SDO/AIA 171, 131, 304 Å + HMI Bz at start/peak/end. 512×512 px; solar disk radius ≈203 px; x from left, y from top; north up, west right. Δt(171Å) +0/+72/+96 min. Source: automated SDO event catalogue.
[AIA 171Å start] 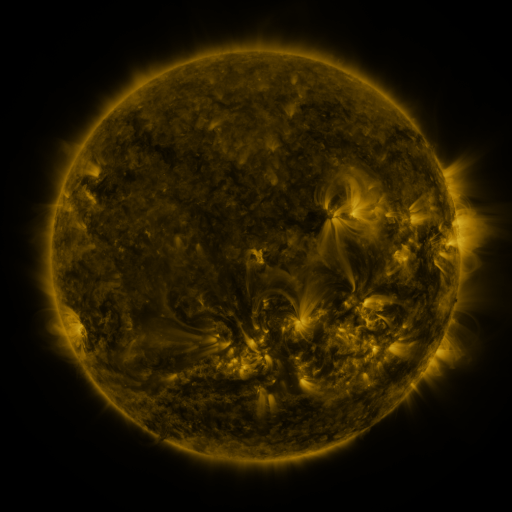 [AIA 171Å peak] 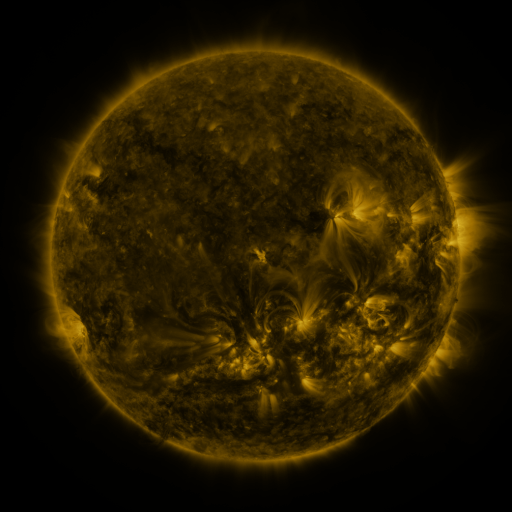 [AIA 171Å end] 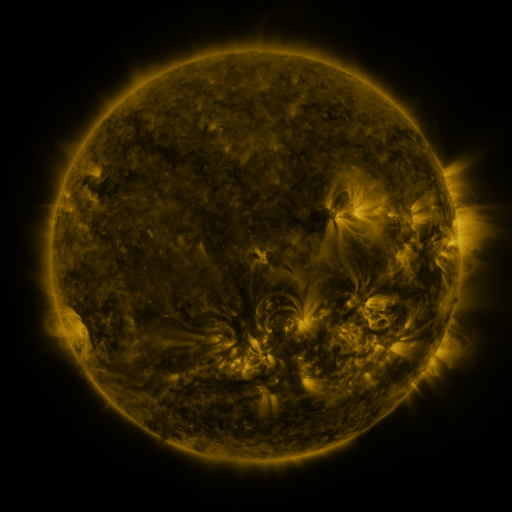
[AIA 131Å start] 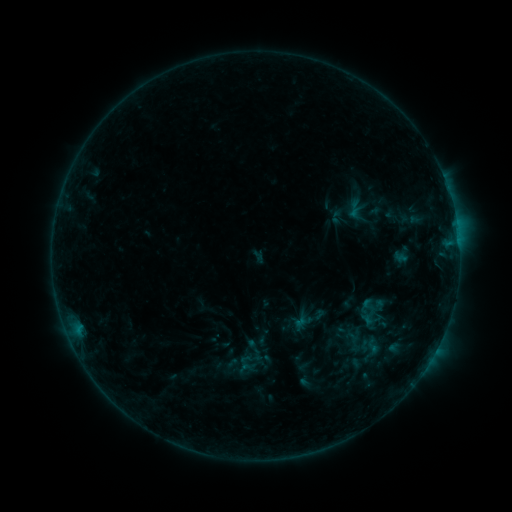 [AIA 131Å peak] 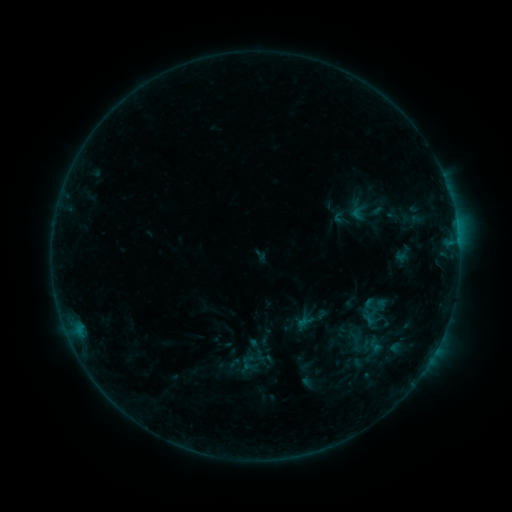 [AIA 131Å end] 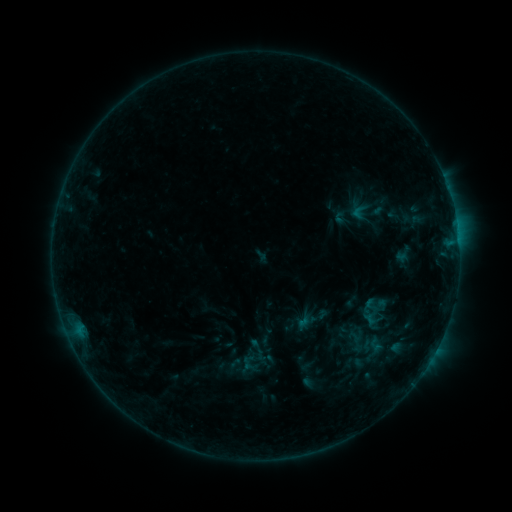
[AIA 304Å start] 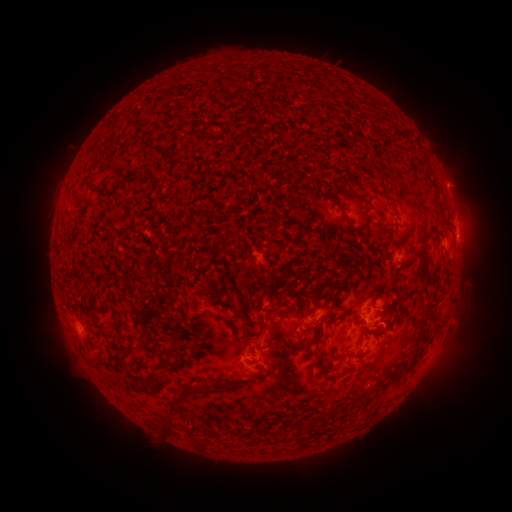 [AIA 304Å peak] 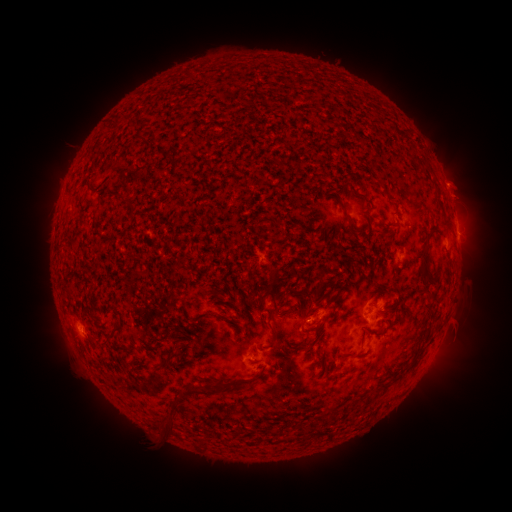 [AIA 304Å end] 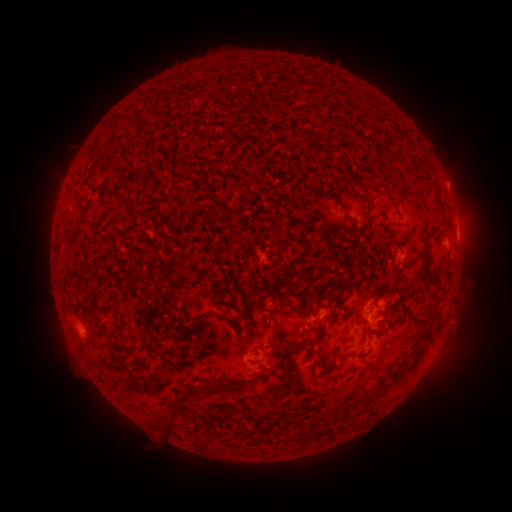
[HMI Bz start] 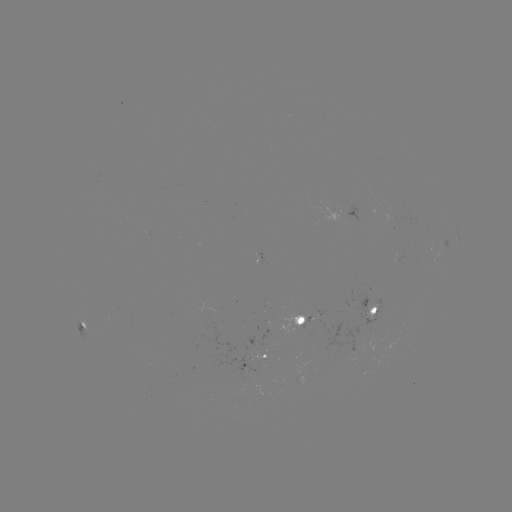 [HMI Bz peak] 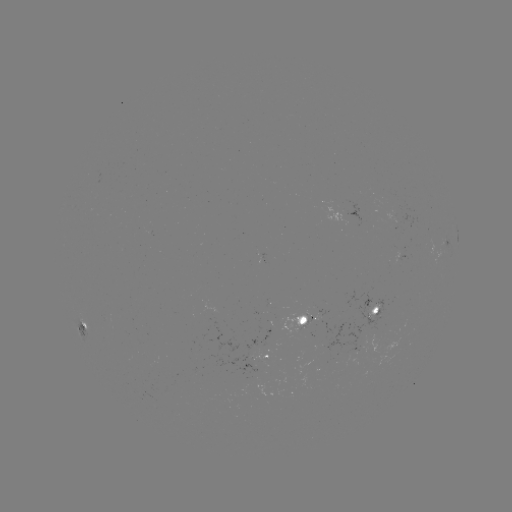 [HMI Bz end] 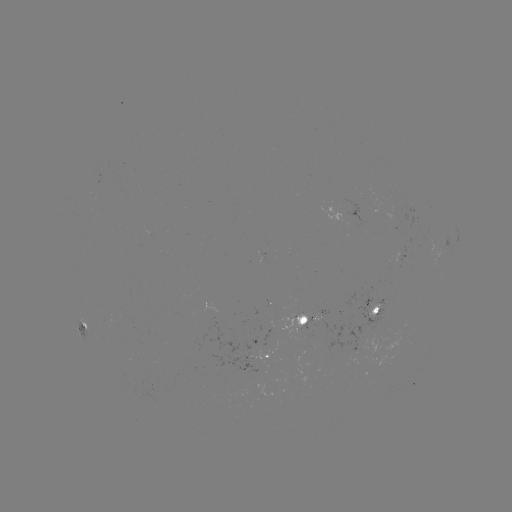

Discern emerging-flux region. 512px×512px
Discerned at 305,320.